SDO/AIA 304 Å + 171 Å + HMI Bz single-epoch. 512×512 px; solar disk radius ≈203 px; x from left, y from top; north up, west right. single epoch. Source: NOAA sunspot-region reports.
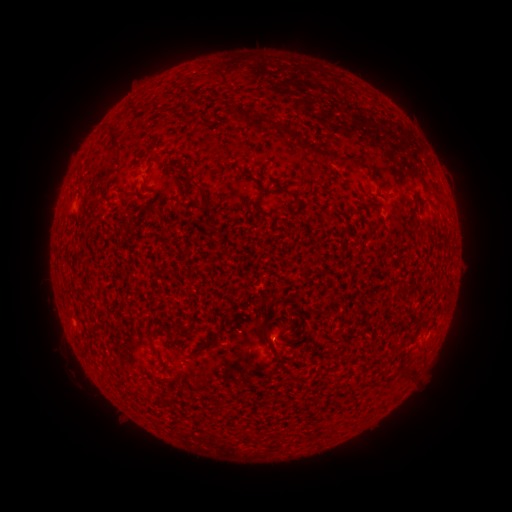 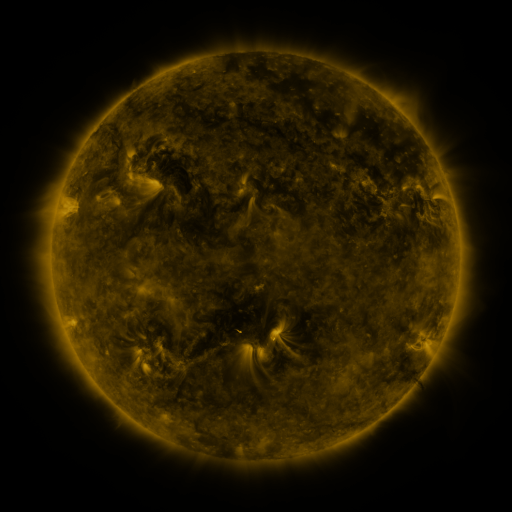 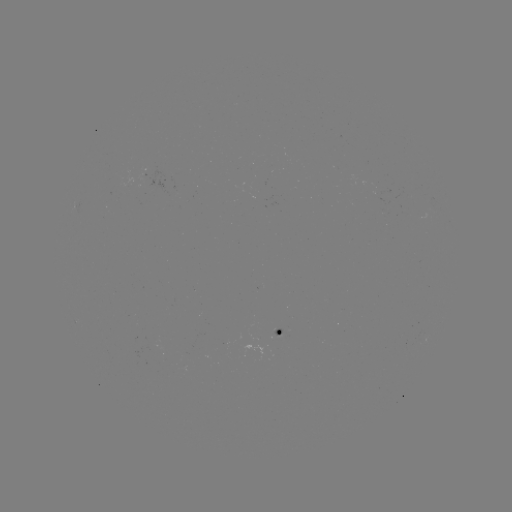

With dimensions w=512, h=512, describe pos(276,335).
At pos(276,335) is spotted active region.